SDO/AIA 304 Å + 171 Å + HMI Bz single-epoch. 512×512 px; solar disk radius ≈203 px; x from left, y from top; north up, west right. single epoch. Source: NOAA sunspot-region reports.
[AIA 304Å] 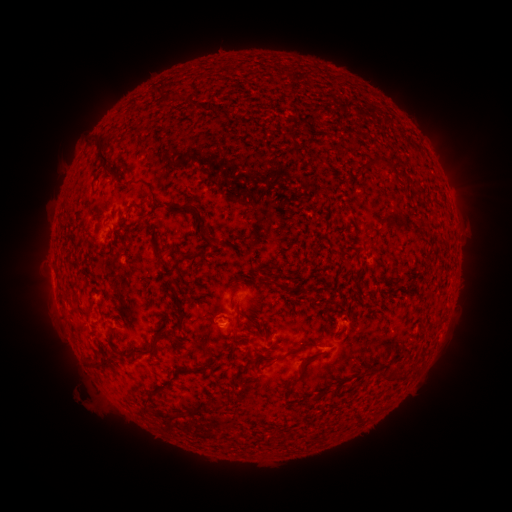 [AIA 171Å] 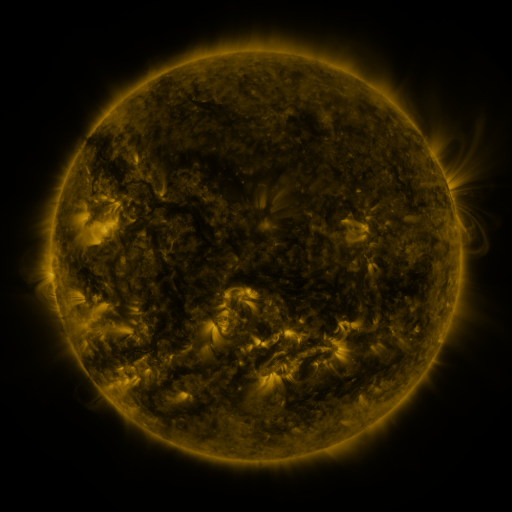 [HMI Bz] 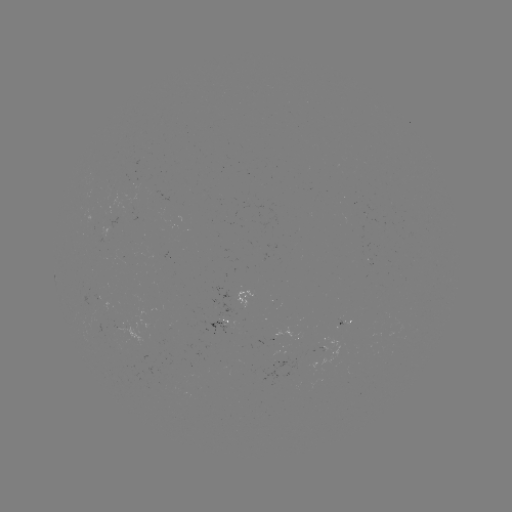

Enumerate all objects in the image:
spotted active region: (248, 295)
spotted active region: (346, 323)
